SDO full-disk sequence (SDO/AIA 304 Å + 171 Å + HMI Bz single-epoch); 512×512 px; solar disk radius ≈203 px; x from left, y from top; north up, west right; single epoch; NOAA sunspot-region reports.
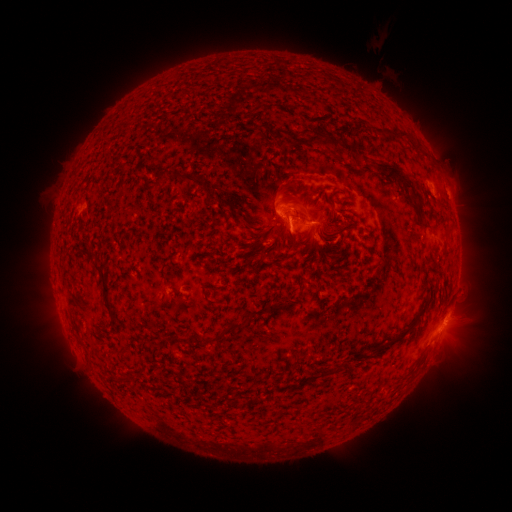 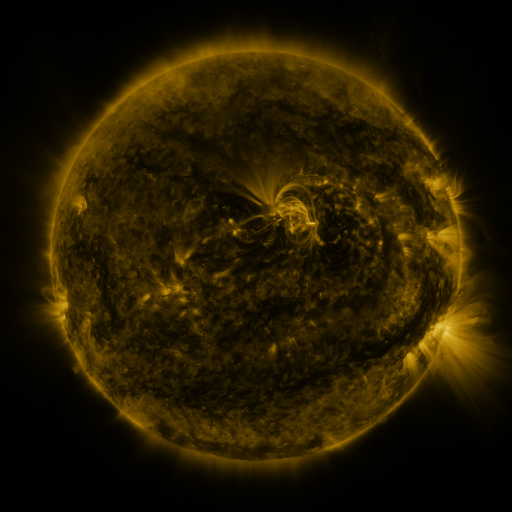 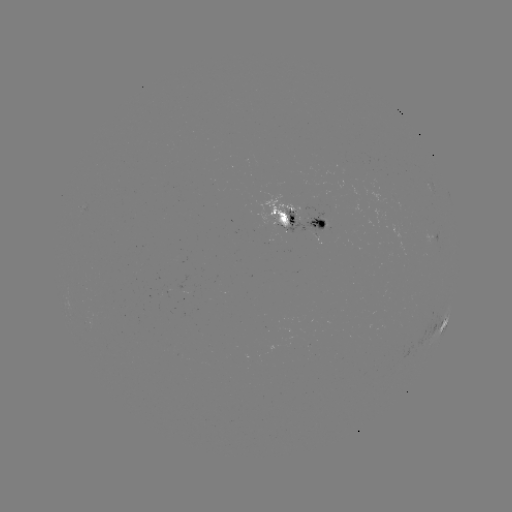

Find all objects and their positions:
spotted active region: (433, 188)
spotted active region: (300, 216)
spotted active region: (443, 323)
